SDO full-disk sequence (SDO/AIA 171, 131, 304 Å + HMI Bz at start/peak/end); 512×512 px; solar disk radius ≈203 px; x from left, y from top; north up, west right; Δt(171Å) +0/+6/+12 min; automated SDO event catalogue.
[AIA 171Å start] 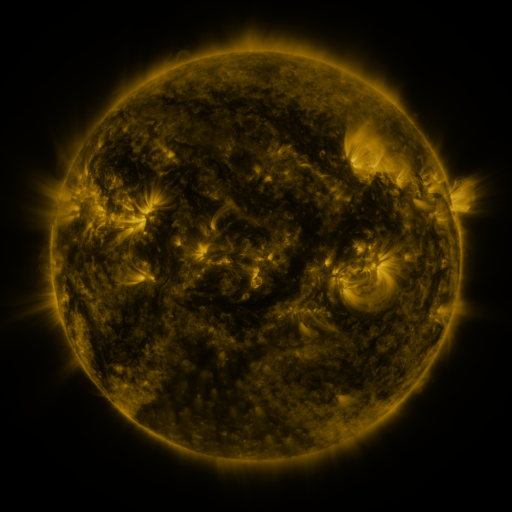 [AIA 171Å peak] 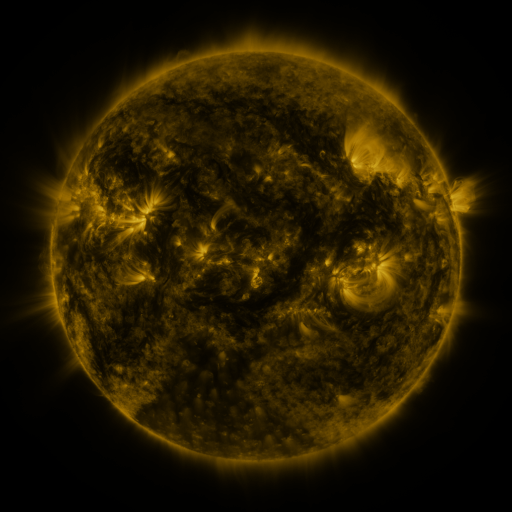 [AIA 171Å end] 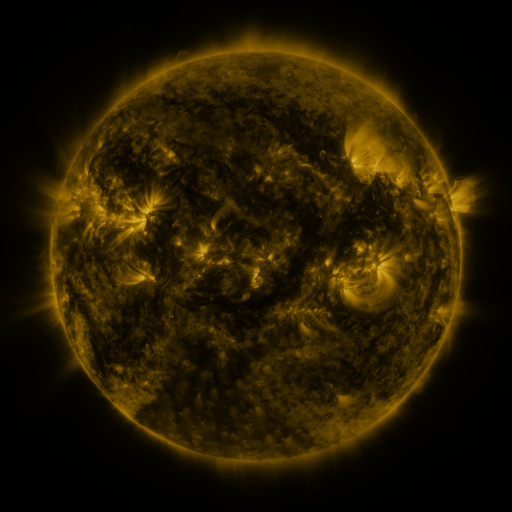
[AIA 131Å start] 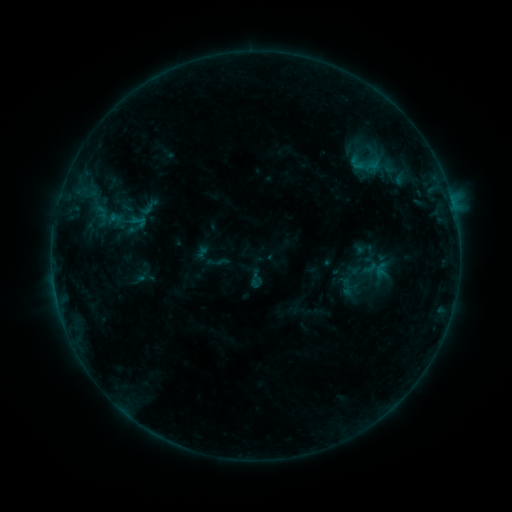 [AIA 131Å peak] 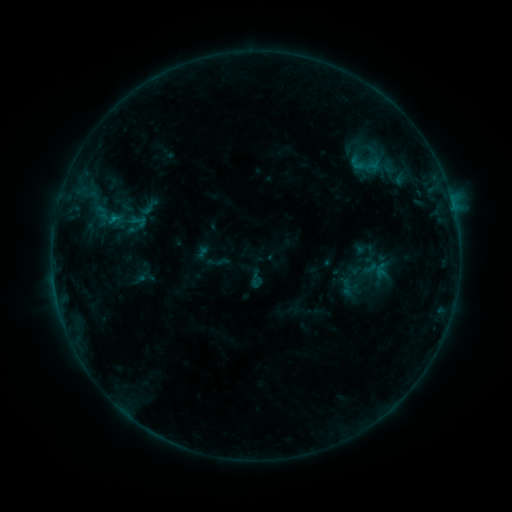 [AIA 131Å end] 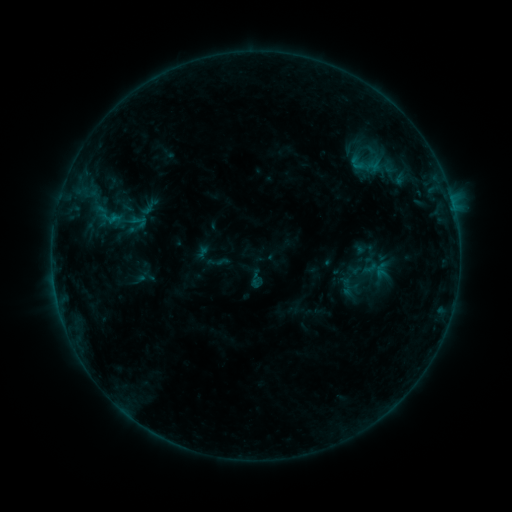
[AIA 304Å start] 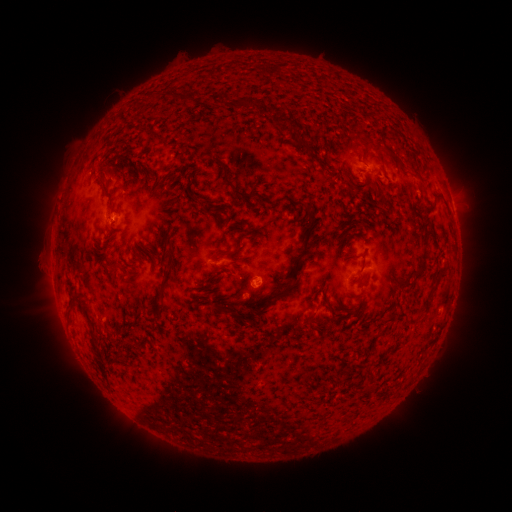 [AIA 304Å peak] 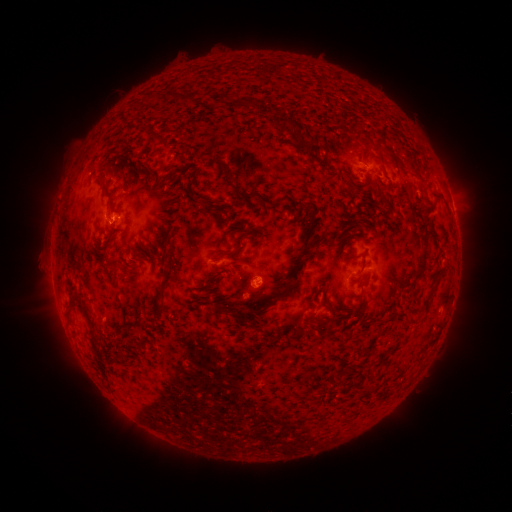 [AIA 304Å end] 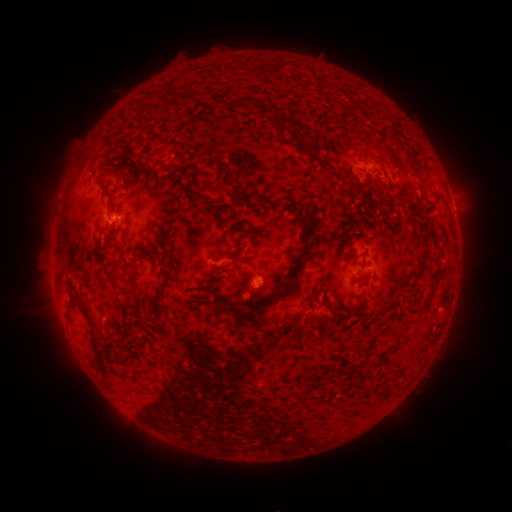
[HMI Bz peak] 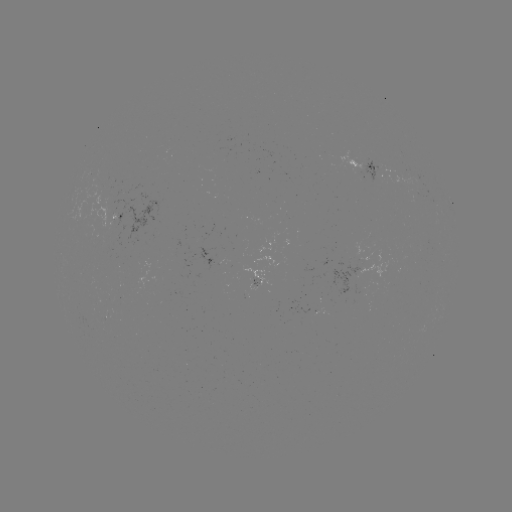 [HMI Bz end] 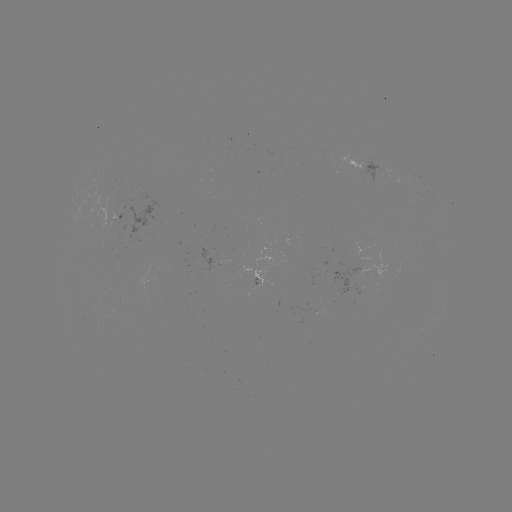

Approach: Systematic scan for B4.2 flare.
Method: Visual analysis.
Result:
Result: B4.2 flare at [114, 220].